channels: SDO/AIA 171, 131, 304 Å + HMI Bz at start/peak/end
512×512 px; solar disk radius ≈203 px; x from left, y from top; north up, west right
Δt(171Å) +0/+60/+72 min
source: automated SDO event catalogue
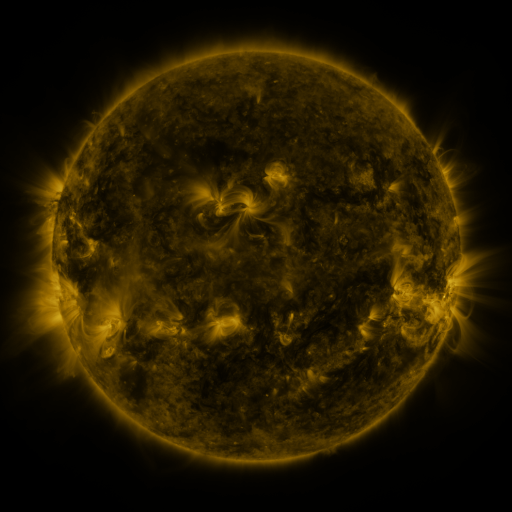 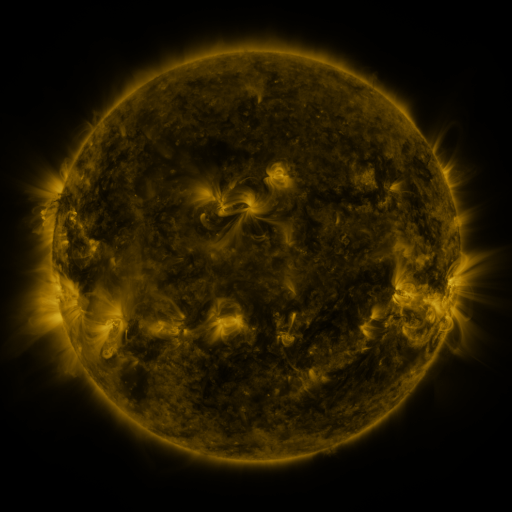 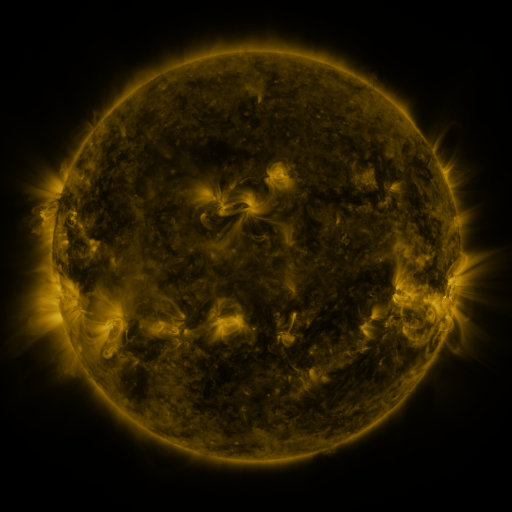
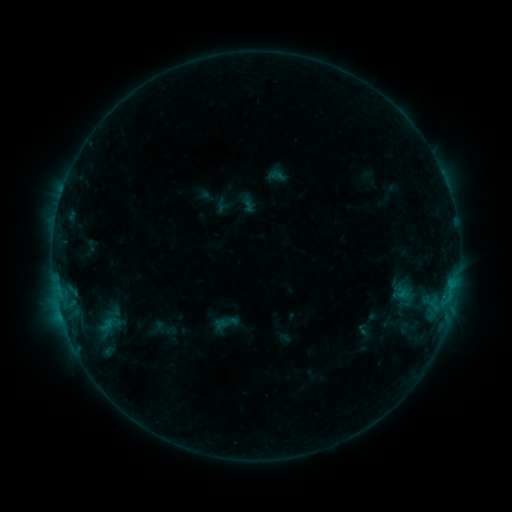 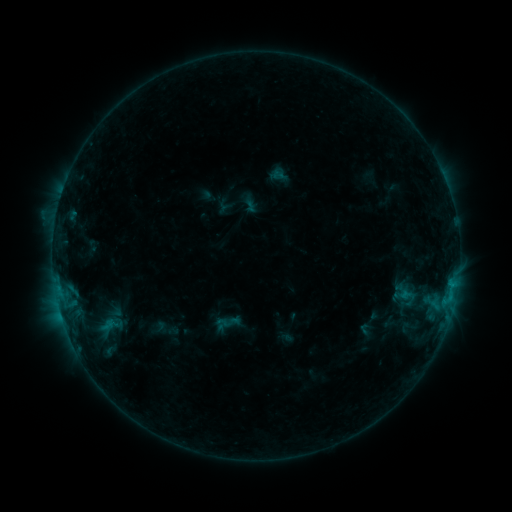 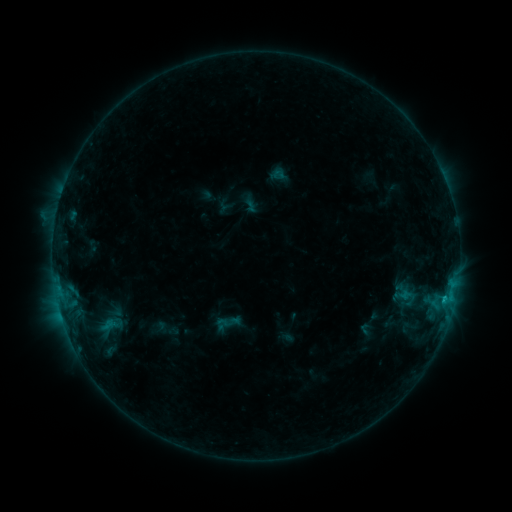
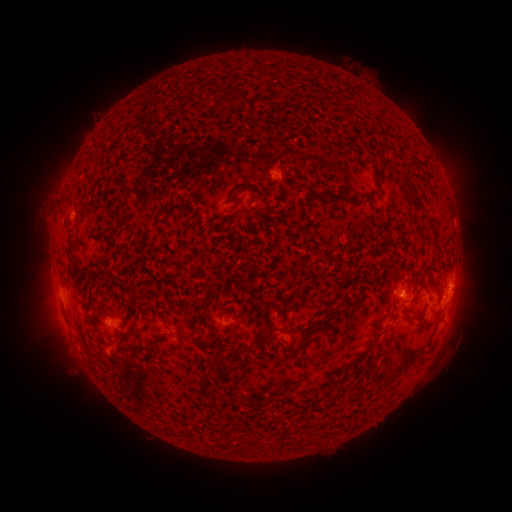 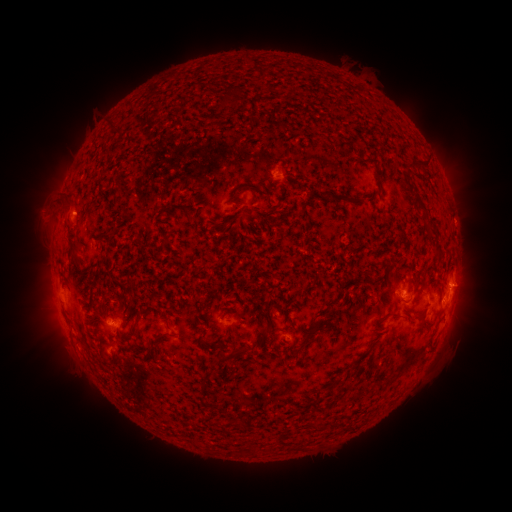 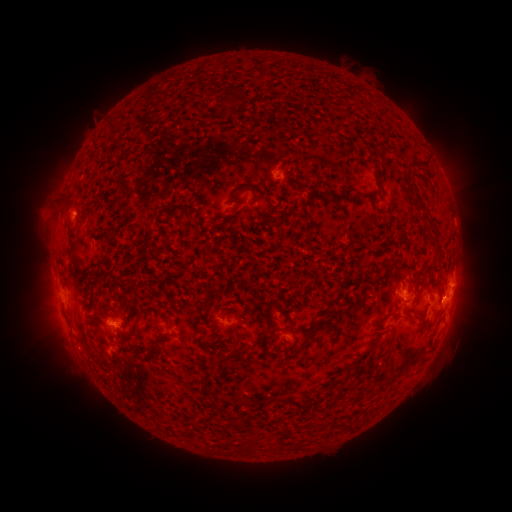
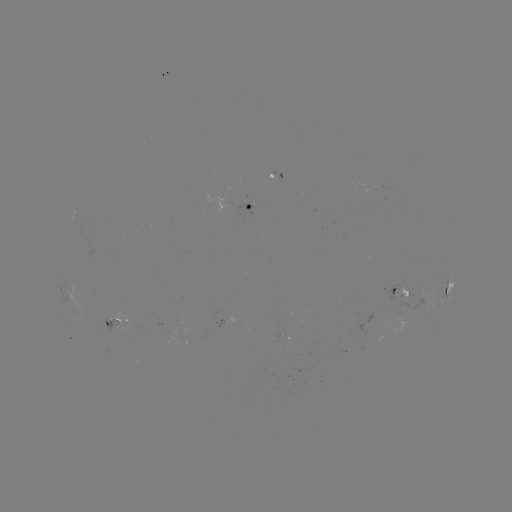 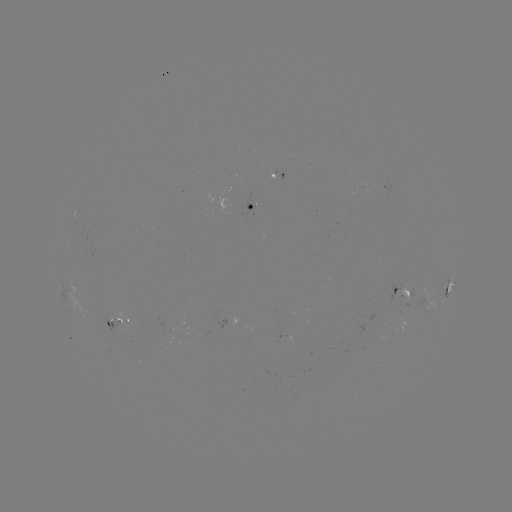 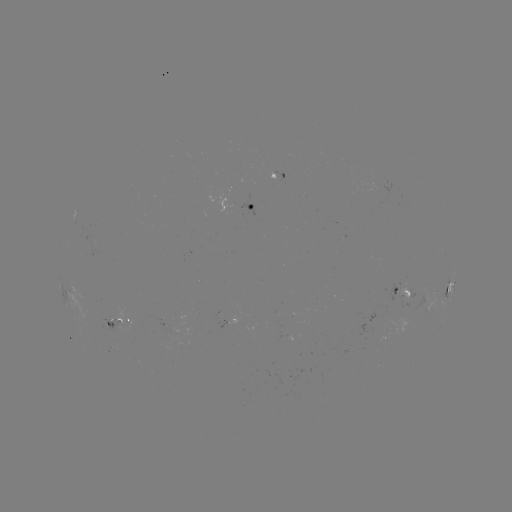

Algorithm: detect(emerging-flux region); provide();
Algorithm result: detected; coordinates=(381, 189)